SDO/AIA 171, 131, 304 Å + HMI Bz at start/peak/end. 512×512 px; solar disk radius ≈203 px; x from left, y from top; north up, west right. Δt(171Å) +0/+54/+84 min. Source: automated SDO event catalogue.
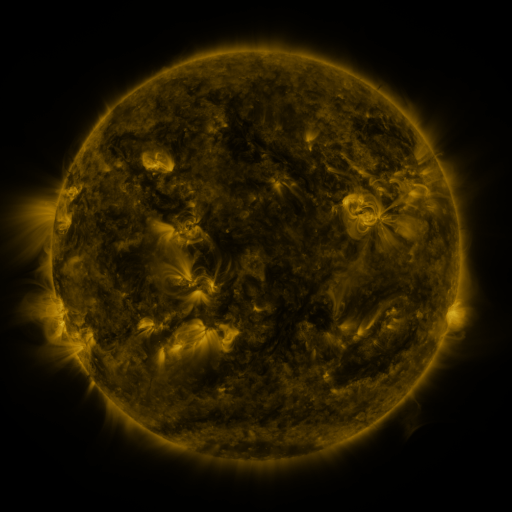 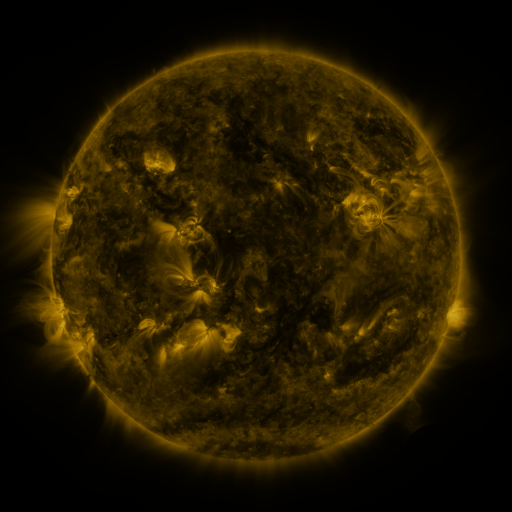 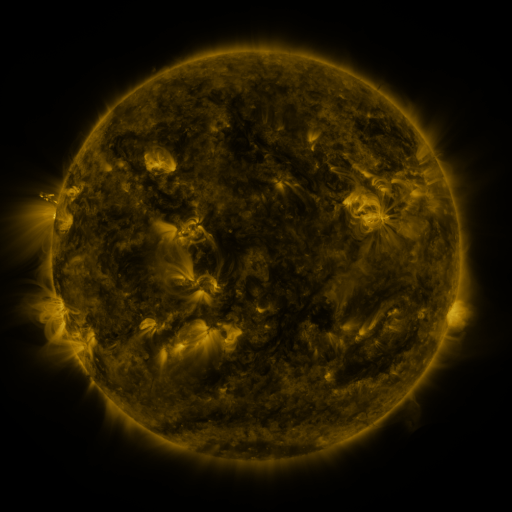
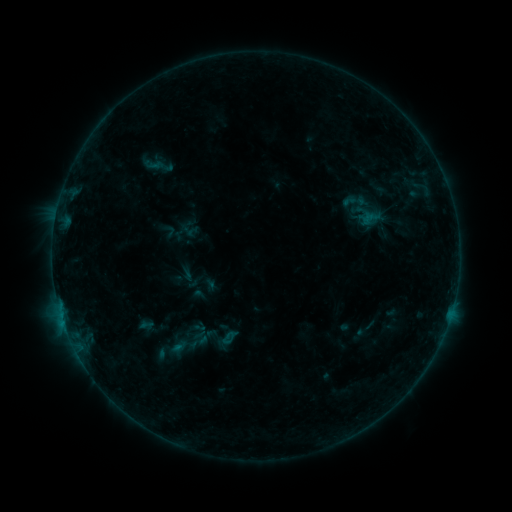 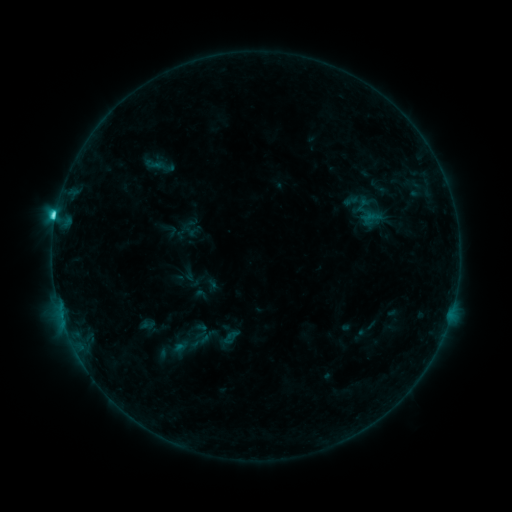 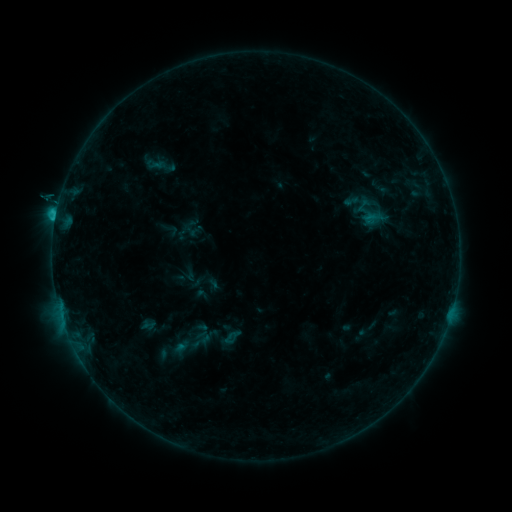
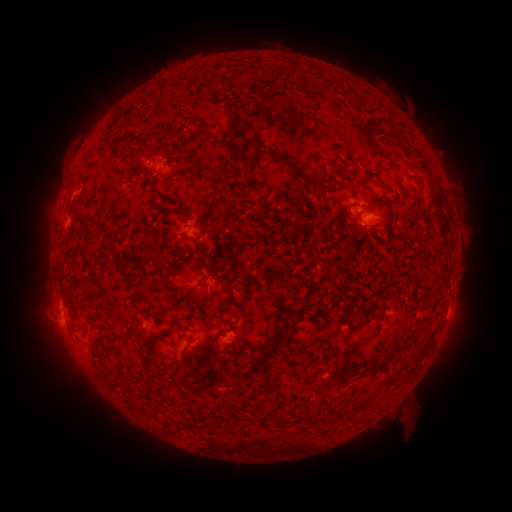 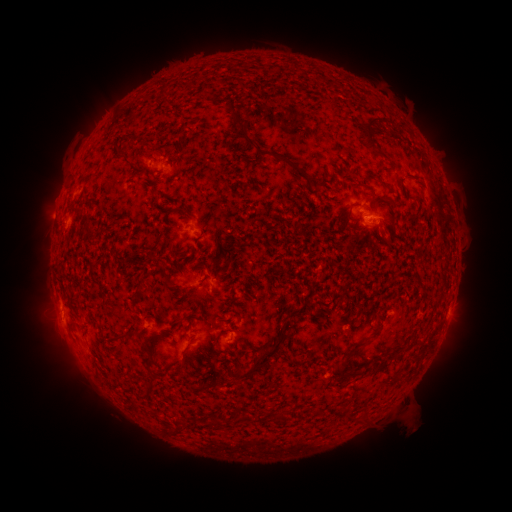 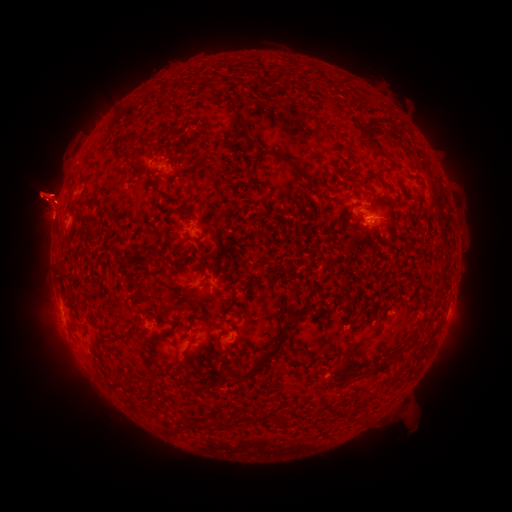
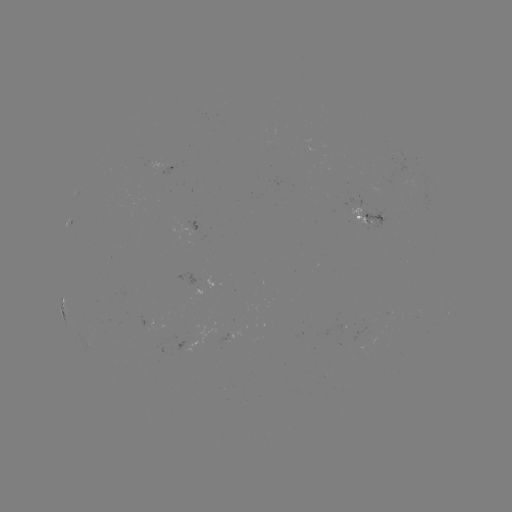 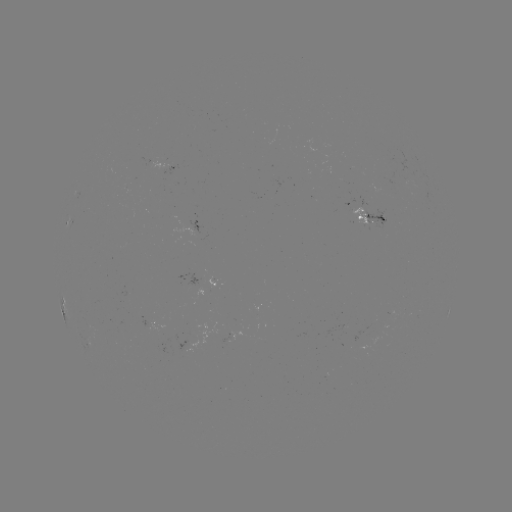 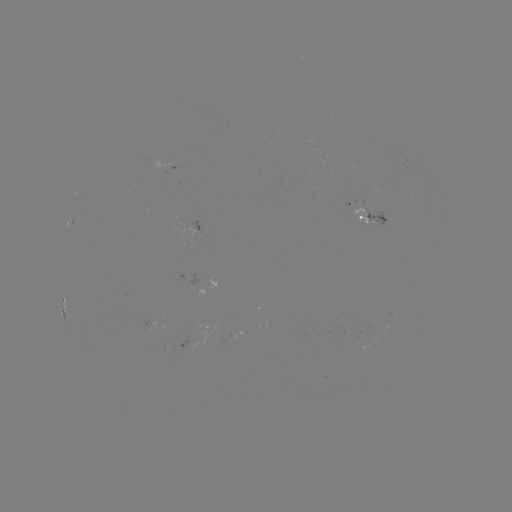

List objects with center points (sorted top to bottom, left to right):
C2.7 flare: (56, 216)
